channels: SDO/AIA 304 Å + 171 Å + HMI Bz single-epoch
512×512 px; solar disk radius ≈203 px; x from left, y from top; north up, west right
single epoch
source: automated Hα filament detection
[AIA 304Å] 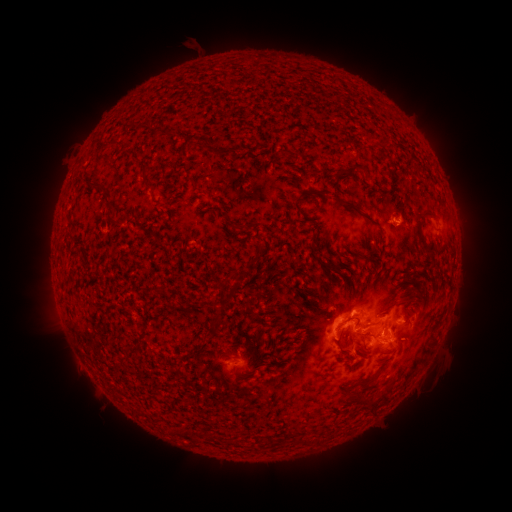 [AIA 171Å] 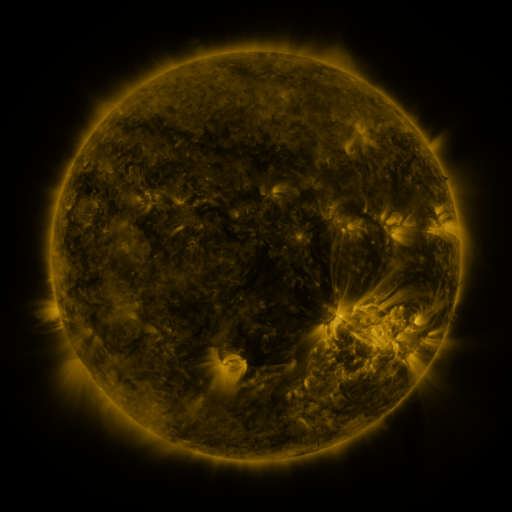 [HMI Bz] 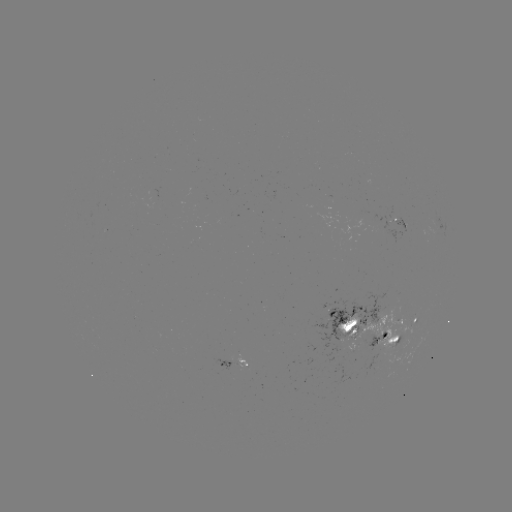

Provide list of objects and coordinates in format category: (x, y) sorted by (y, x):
filament: (211, 148)
filament: (281, 153)
filament: (167, 163)
filament: (353, 167)
filament: (144, 170)
filament: (98, 187)
filament: (299, 198)
filament: (108, 205)
filament: (352, 206)
filament: (428, 211)
filament: (418, 221)
filament: (113, 224)
filament: (237, 226)
filament: (427, 247)
filament: (314, 249)
filament: (257, 251)
filament: (361, 254)
filament: (226, 278)
filament: (160, 293)
filament: (181, 305)
filament: (214, 324)
filament: (371, 333)
filament: (340, 339)
filament: (375, 376)
filament: (358, 397)
filament: (376, 403)
filament: (273, 441)
